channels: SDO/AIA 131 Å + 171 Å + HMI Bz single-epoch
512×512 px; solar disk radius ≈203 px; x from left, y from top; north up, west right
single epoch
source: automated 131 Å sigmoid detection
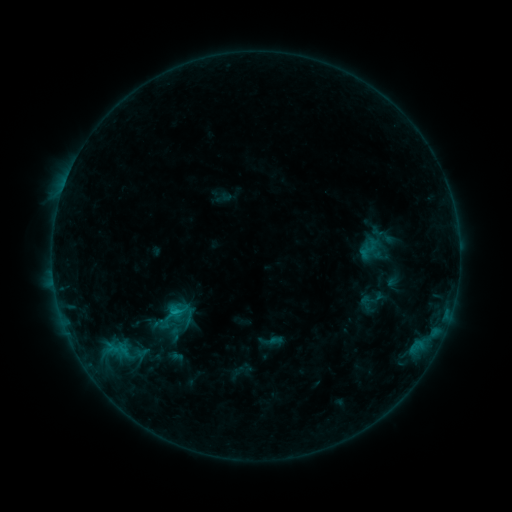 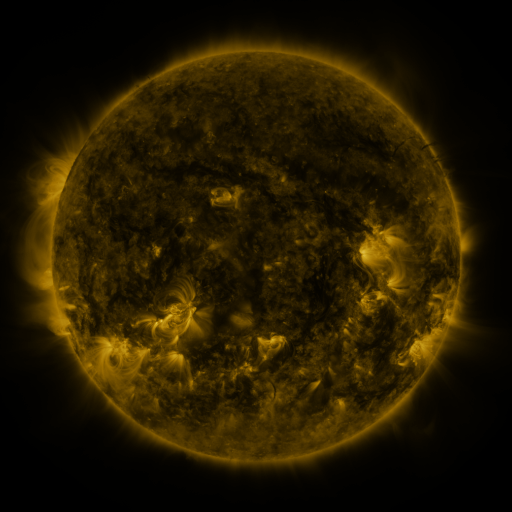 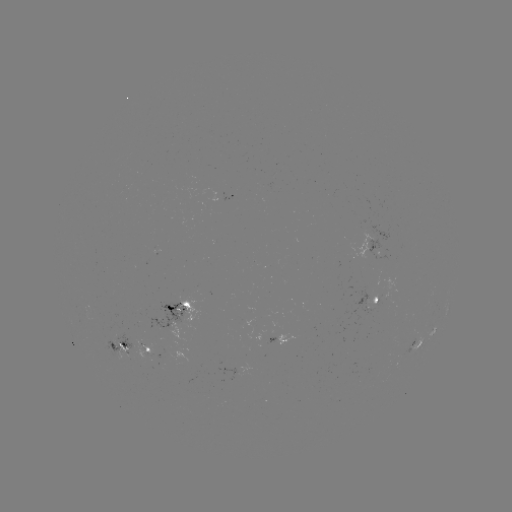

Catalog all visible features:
sigmoid: <bbox>164, 324, 186, 343</bbox>
